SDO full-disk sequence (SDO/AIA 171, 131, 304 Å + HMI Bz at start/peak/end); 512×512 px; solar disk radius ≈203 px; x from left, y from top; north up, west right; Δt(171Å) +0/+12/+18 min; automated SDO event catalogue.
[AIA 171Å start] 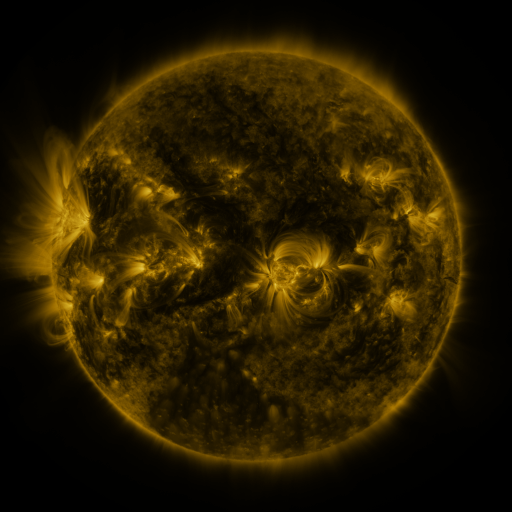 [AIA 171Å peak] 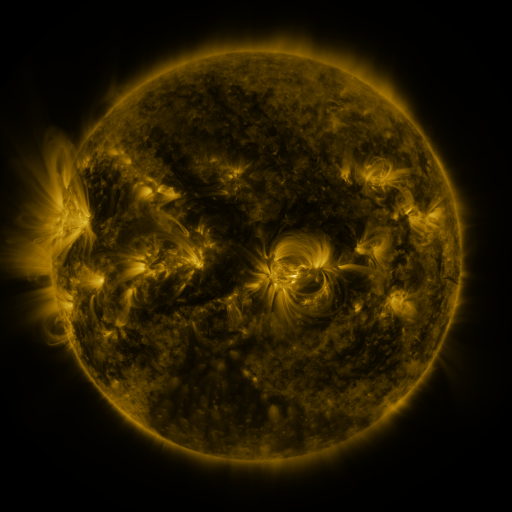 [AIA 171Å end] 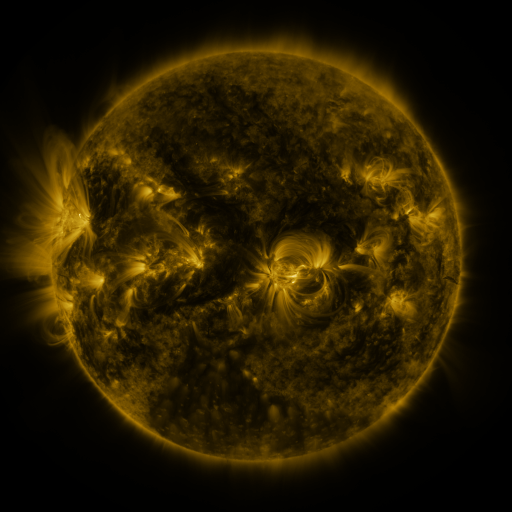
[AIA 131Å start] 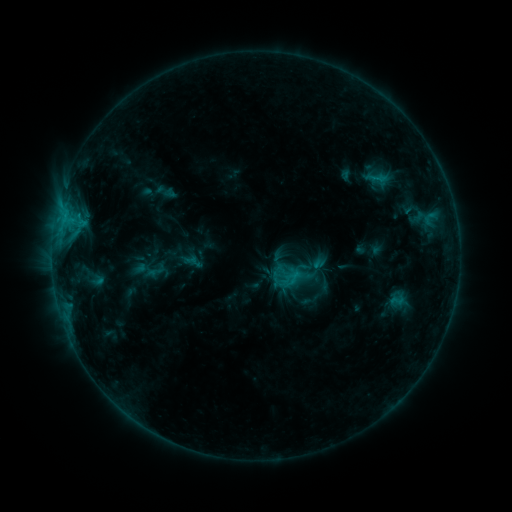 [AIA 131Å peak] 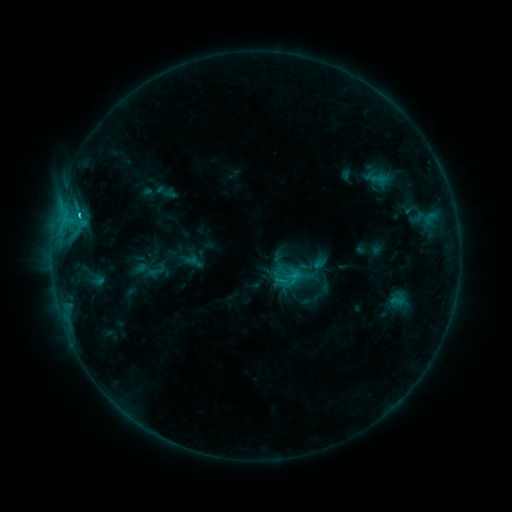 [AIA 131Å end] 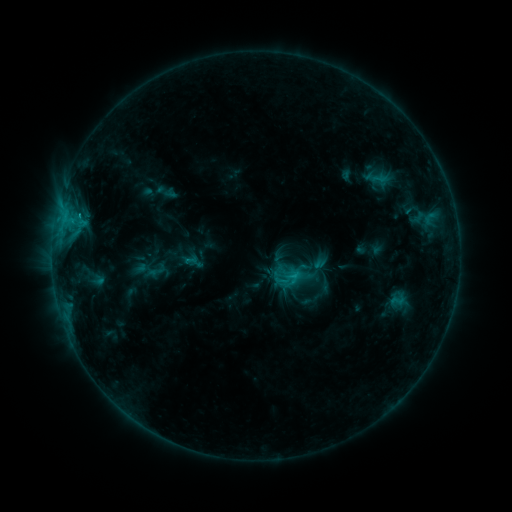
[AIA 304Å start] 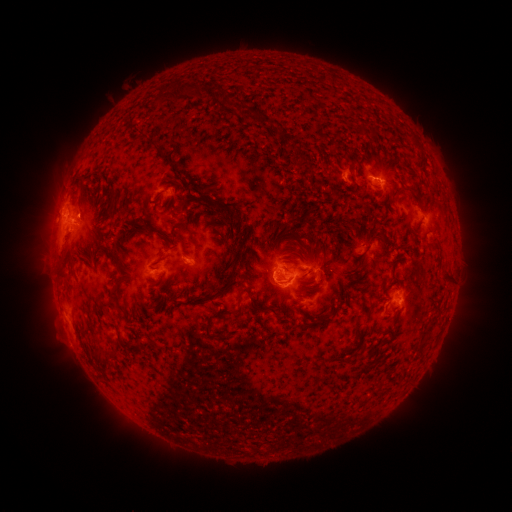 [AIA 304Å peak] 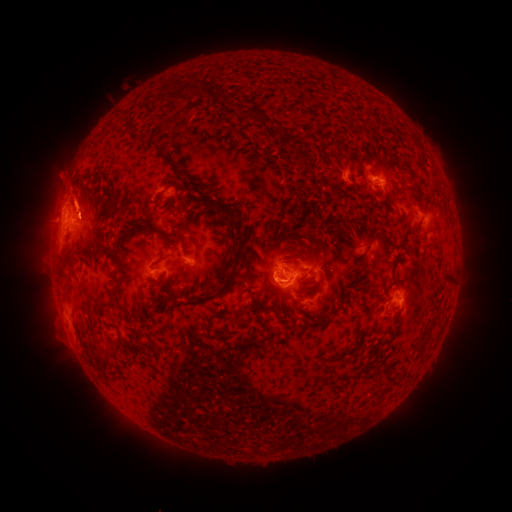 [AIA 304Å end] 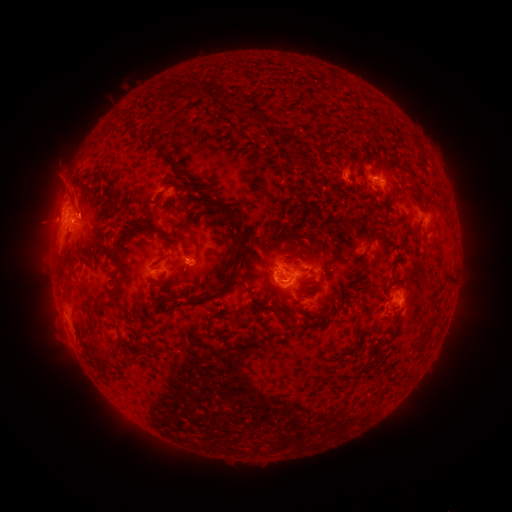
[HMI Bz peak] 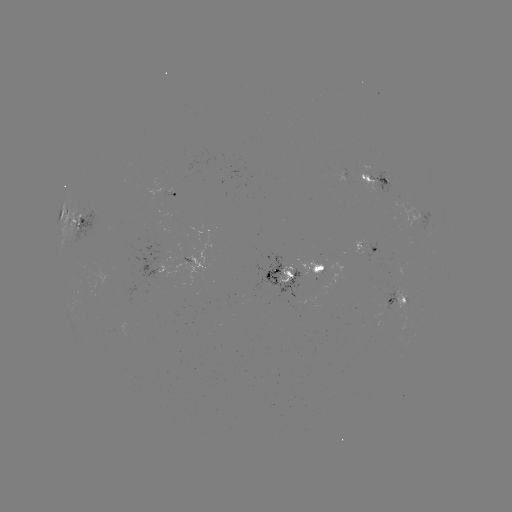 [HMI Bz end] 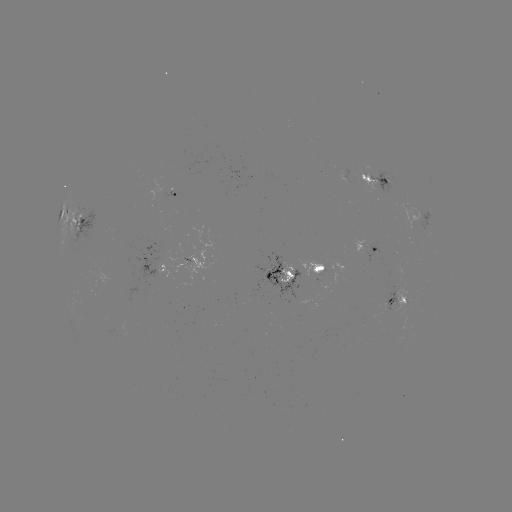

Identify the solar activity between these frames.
C2.2 flare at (79, 217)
